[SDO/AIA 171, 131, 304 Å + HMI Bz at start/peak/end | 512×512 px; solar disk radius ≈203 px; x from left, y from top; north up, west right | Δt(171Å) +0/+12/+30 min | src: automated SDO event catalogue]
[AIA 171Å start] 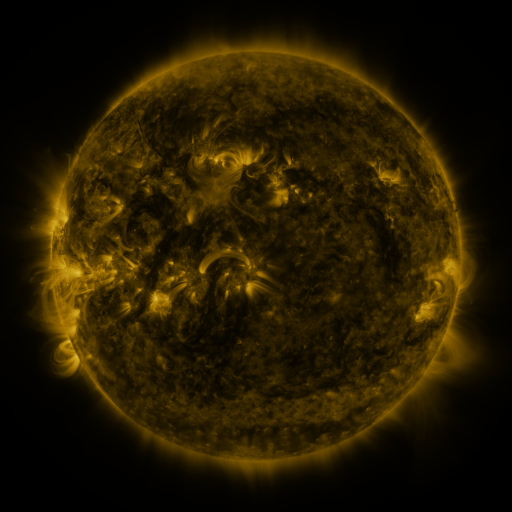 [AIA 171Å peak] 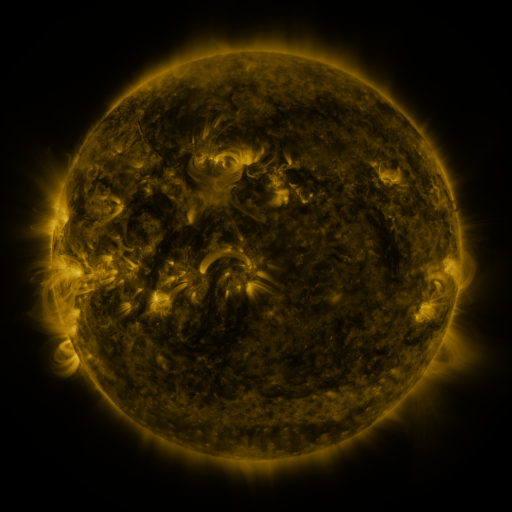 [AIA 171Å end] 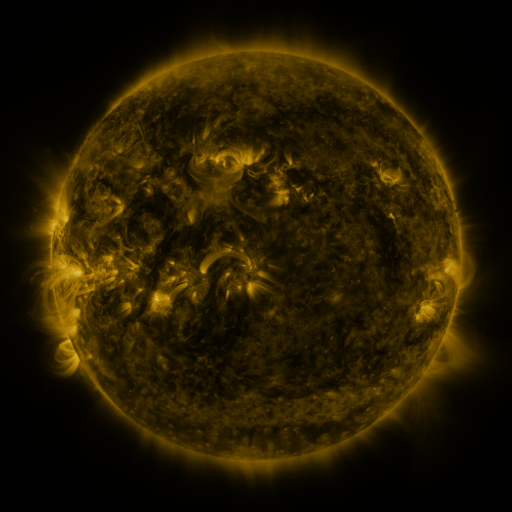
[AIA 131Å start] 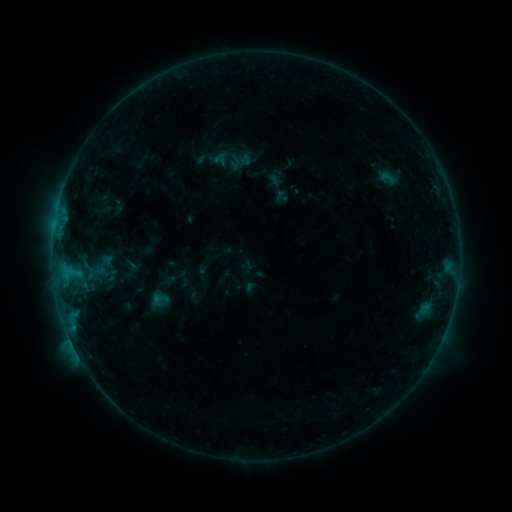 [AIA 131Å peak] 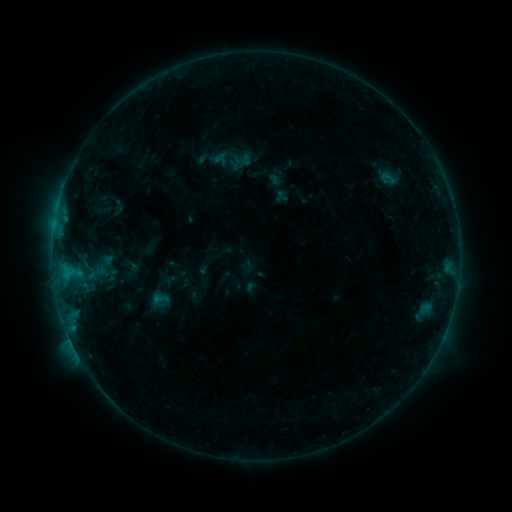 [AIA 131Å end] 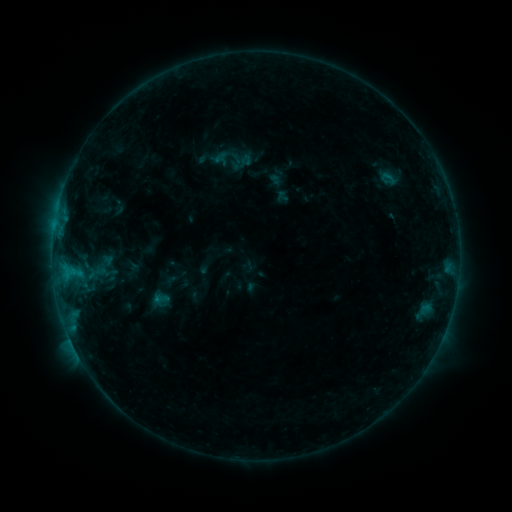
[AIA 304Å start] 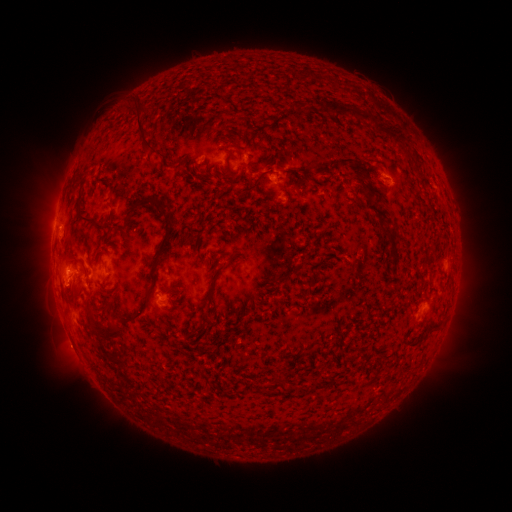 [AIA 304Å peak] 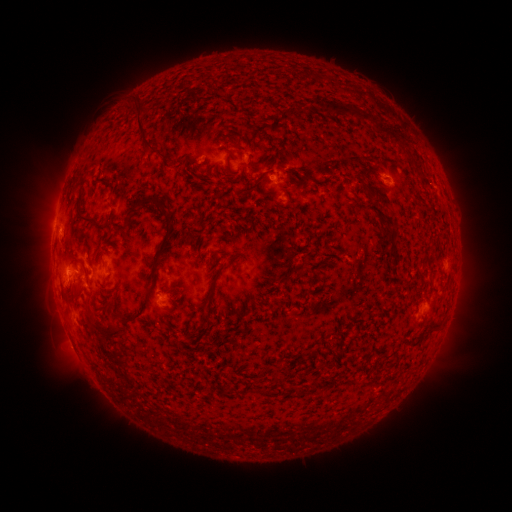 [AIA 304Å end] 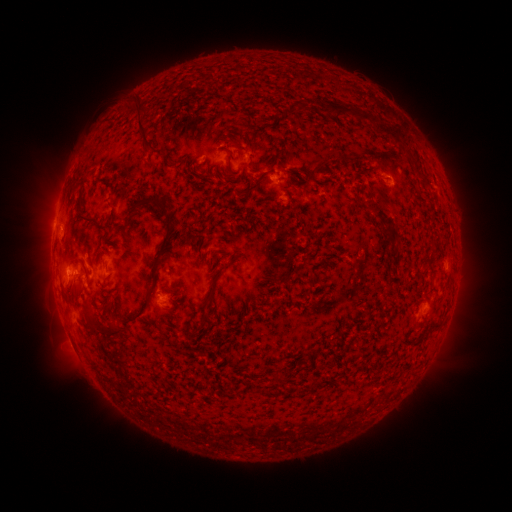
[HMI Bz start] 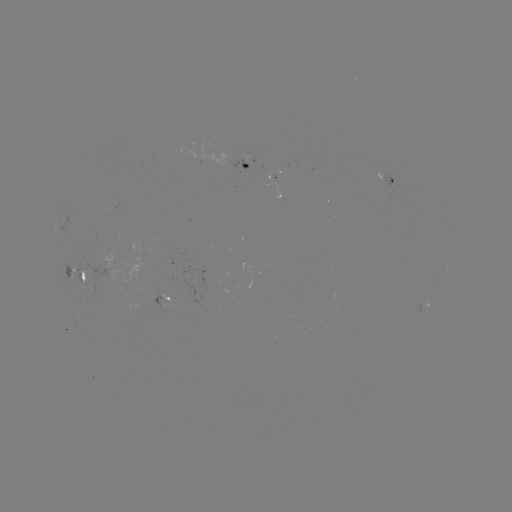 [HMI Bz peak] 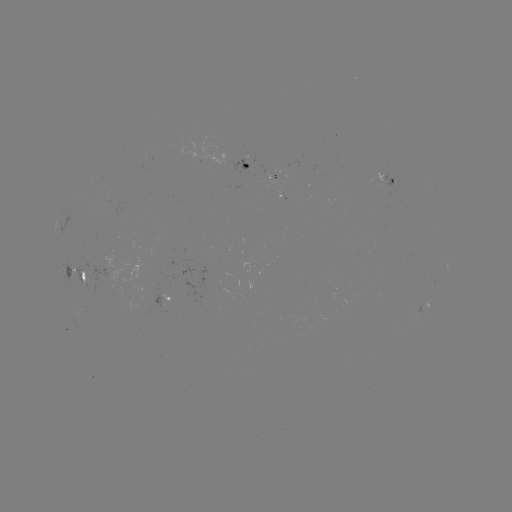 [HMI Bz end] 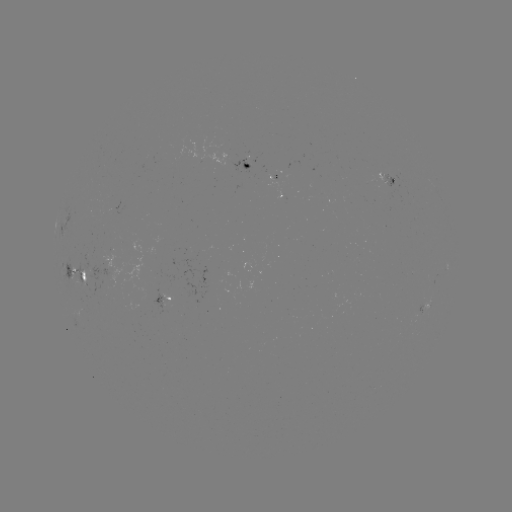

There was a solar eruption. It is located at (372, 170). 